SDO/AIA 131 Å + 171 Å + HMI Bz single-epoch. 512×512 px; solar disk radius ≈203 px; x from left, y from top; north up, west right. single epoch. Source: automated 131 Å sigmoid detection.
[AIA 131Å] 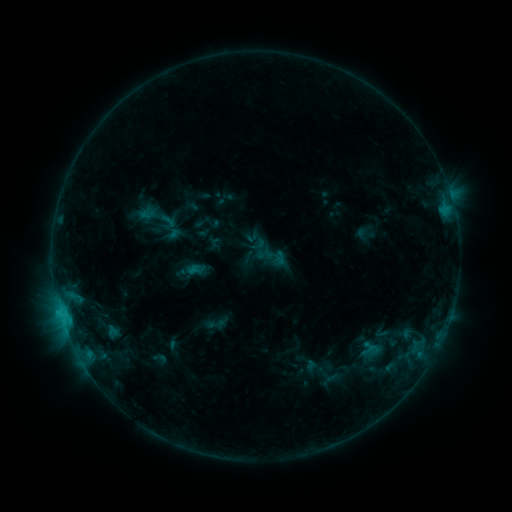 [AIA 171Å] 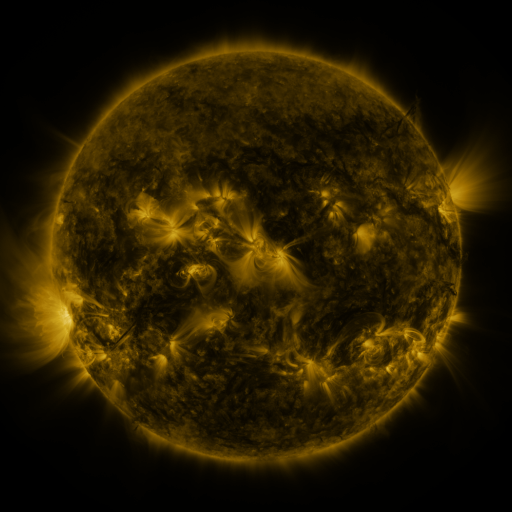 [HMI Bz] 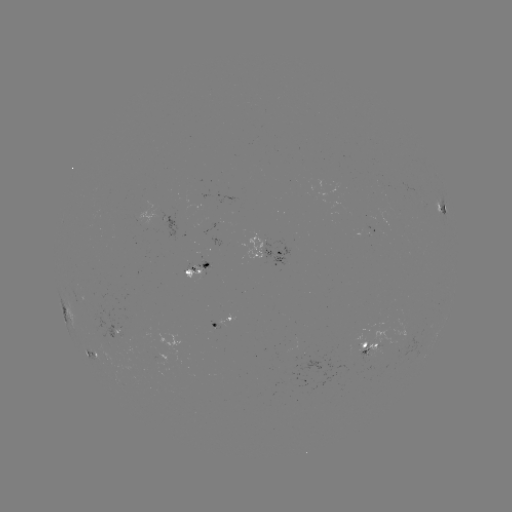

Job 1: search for sigmoid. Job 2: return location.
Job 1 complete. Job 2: (258, 245).